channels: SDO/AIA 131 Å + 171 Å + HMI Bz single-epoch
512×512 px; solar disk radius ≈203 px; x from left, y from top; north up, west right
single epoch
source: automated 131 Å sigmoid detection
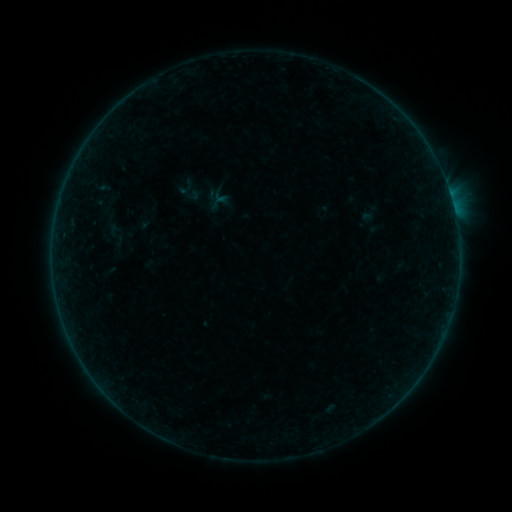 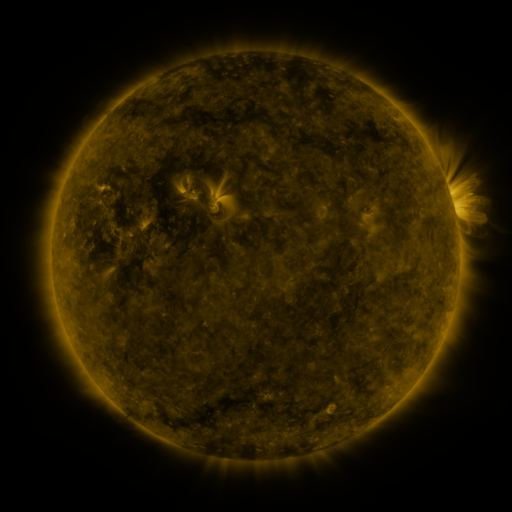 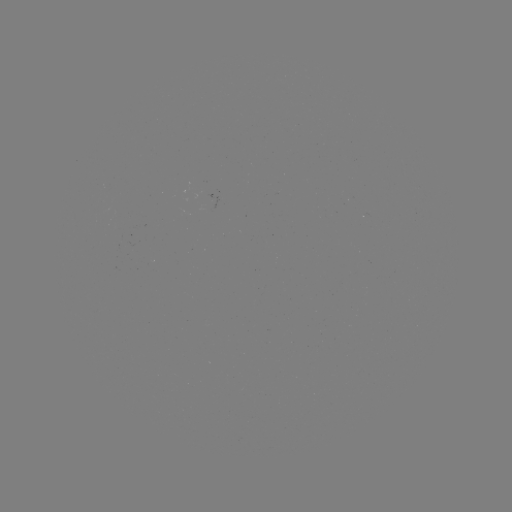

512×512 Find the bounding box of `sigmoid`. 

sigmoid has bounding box [102, 220, 130, 248].